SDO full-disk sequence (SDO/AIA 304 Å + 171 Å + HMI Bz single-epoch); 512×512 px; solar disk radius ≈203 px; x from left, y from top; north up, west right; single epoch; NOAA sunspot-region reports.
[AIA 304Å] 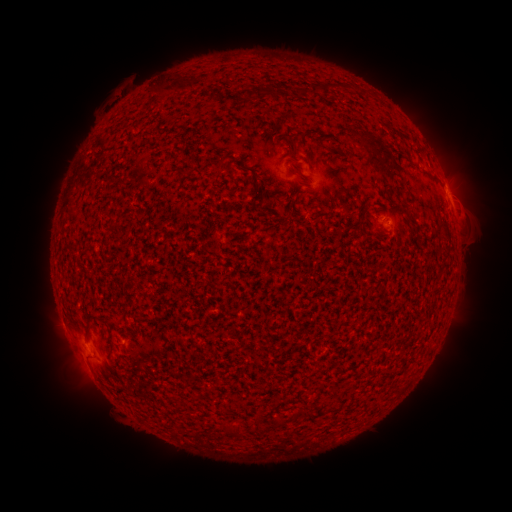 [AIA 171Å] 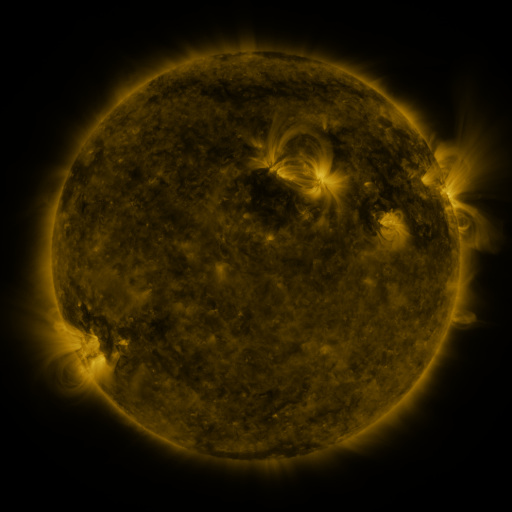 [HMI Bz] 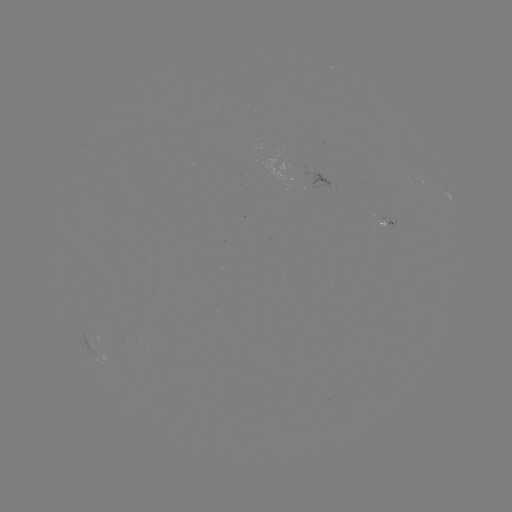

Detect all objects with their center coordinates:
spotted active region: (449, 199)
spotted active region: (385, 220)
spotted active region: (96, 349)
